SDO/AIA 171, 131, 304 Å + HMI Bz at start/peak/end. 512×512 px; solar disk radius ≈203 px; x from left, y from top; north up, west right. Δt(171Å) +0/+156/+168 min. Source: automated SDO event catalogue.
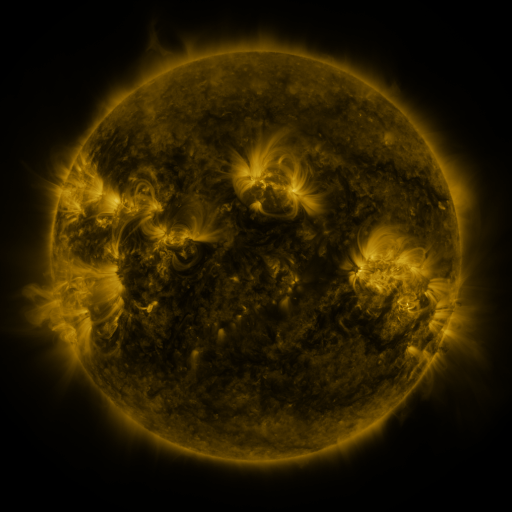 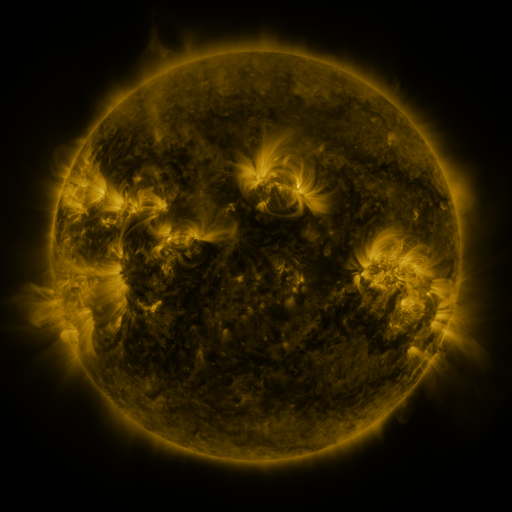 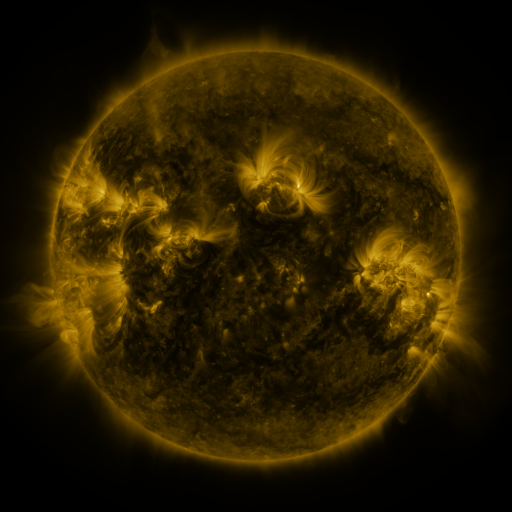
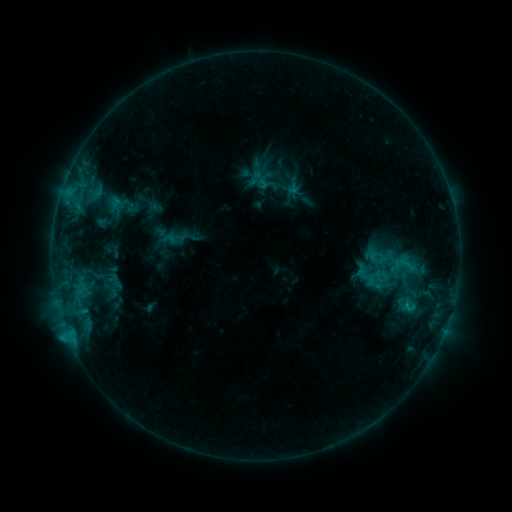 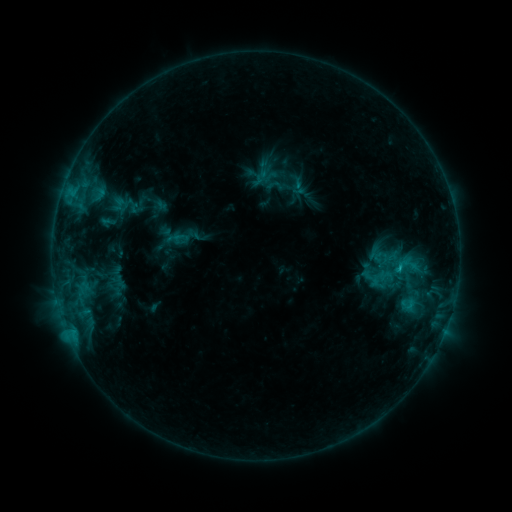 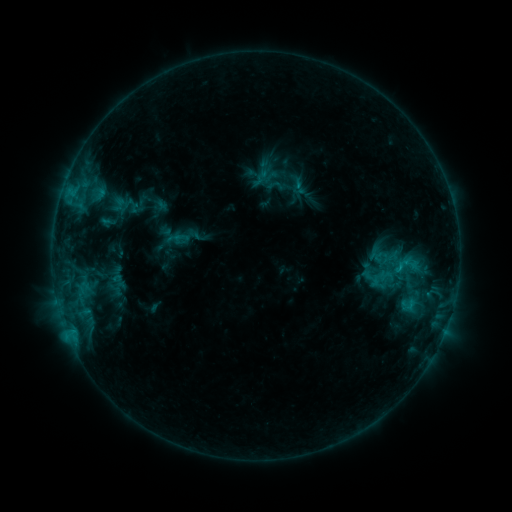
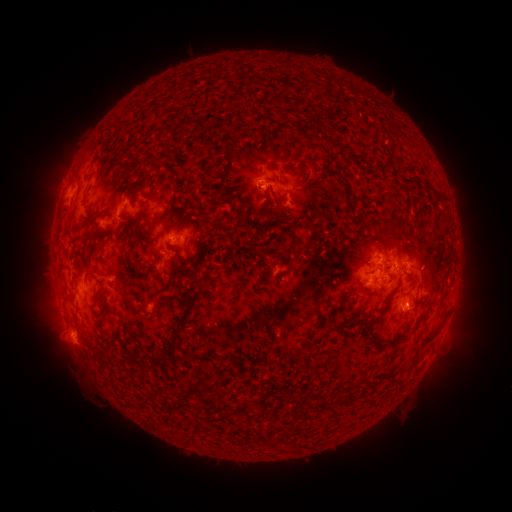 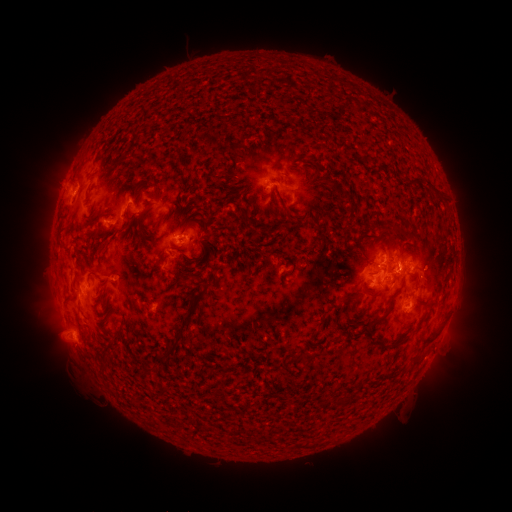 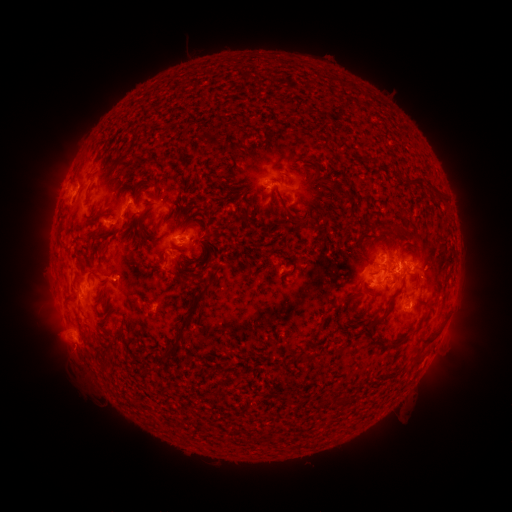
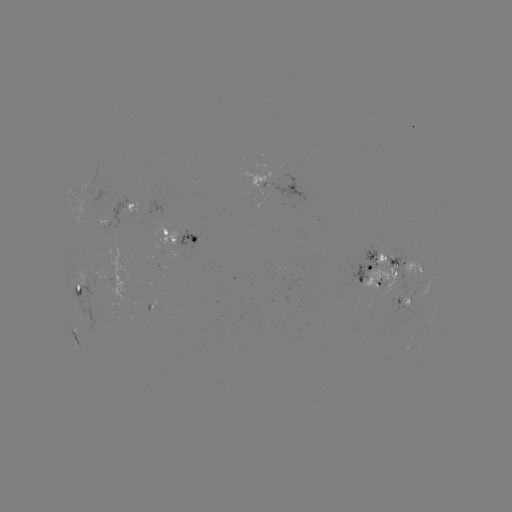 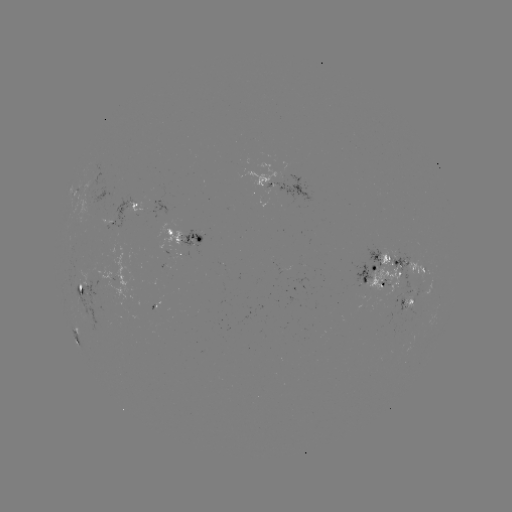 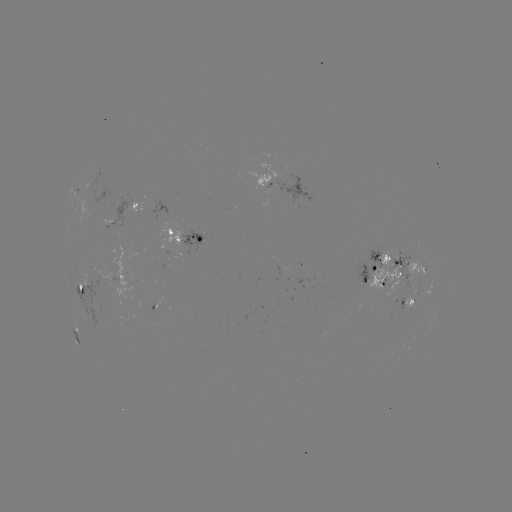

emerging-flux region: [405, 299, 412, 314]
